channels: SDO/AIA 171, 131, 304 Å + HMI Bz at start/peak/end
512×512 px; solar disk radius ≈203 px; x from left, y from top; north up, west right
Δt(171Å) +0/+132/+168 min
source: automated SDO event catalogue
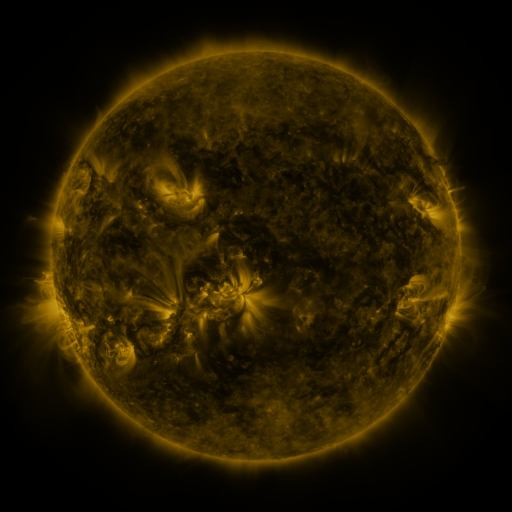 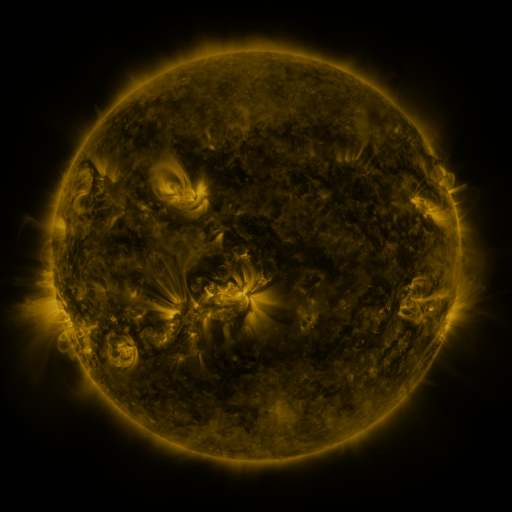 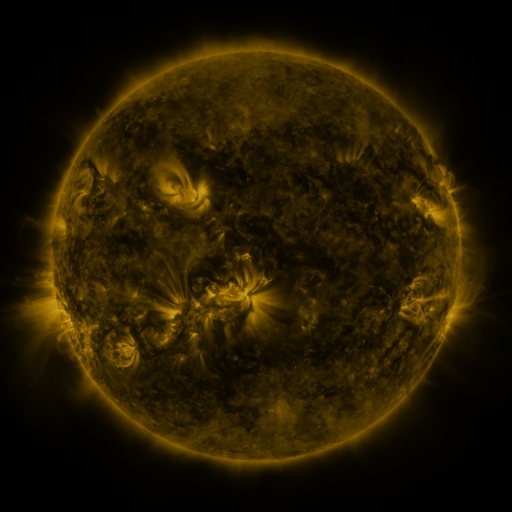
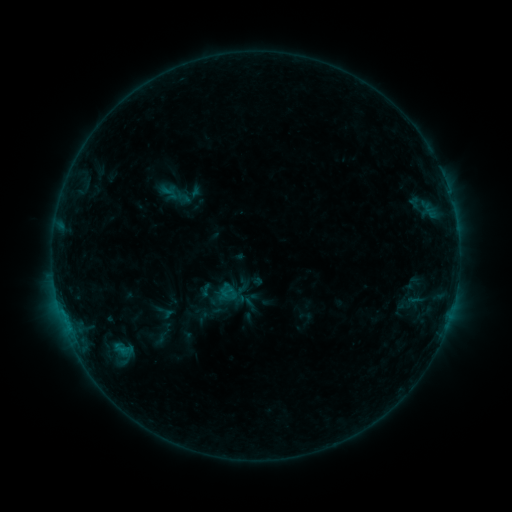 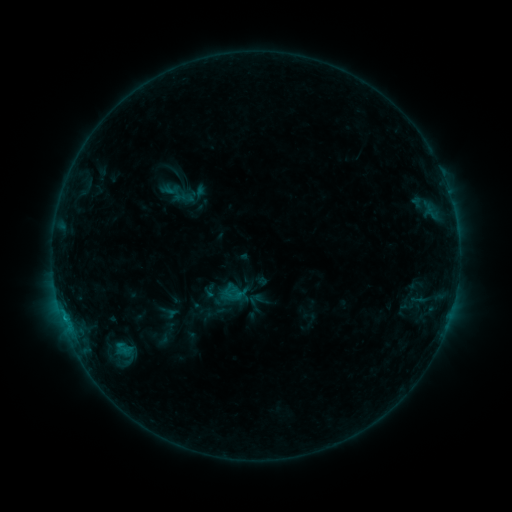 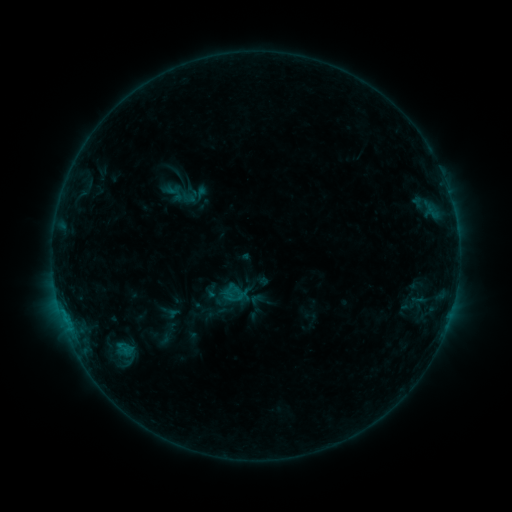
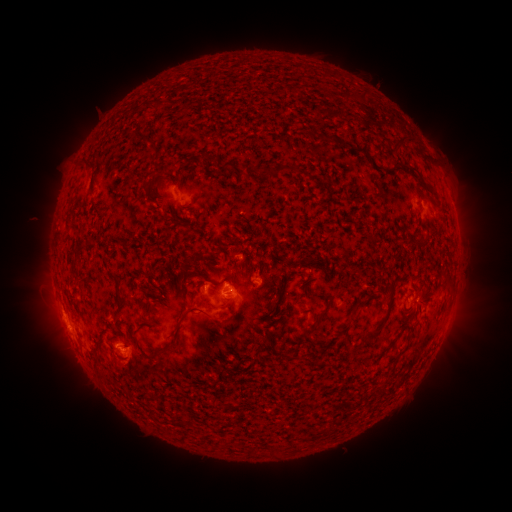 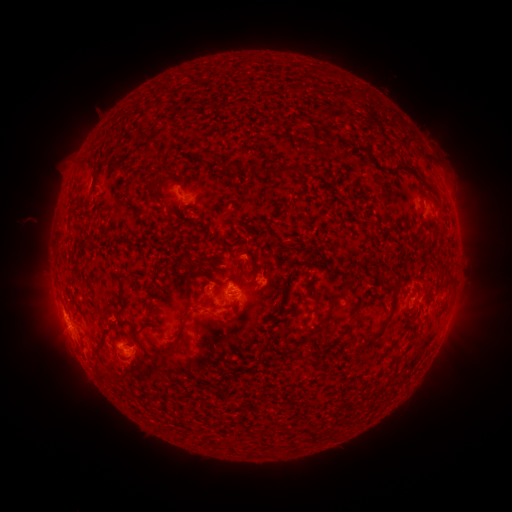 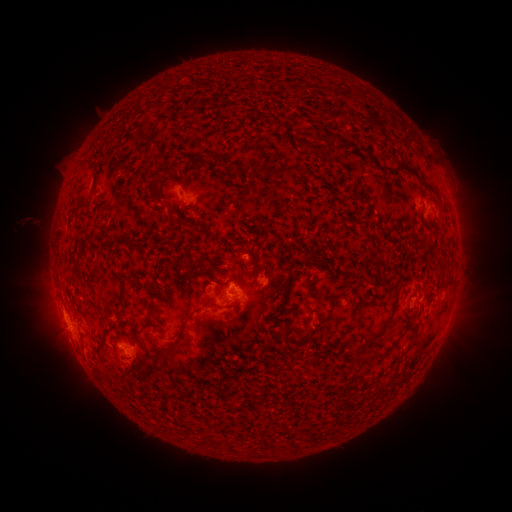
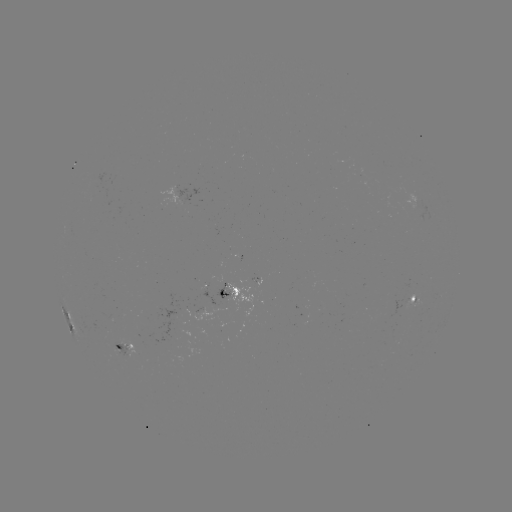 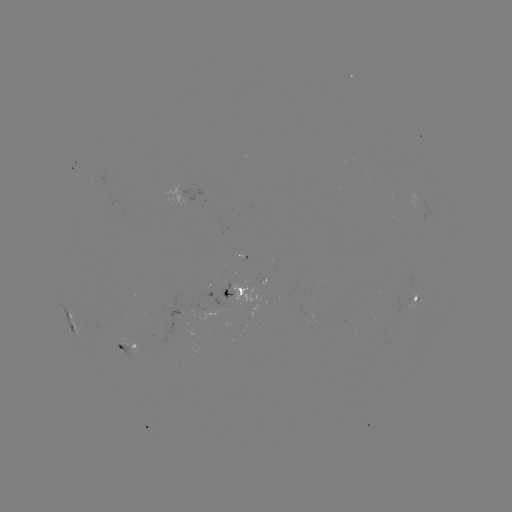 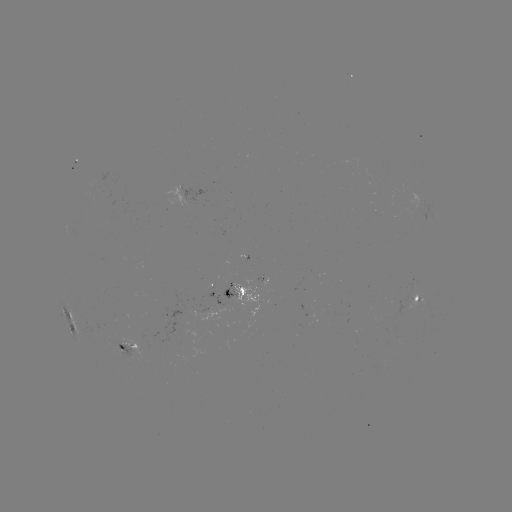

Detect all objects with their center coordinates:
emerging-flux region: (220, 285)
